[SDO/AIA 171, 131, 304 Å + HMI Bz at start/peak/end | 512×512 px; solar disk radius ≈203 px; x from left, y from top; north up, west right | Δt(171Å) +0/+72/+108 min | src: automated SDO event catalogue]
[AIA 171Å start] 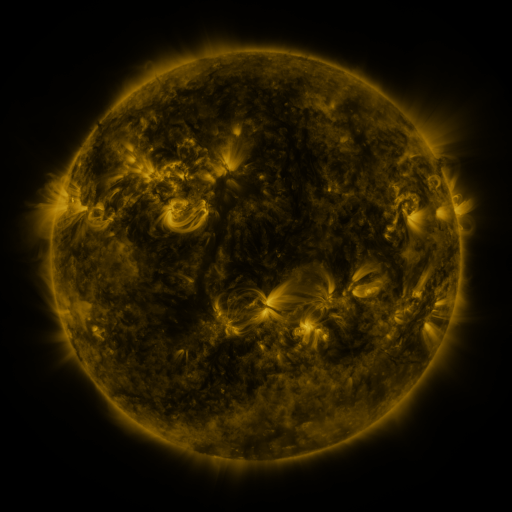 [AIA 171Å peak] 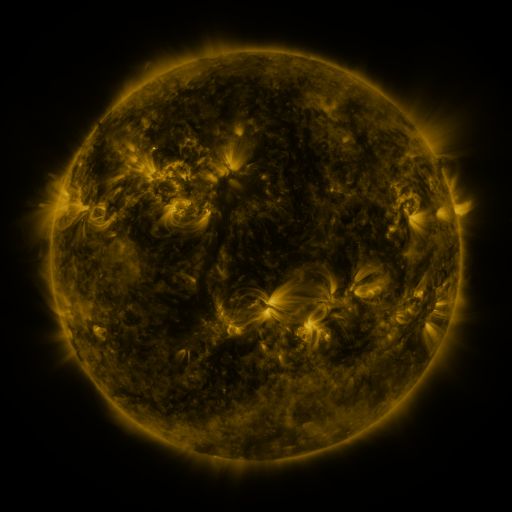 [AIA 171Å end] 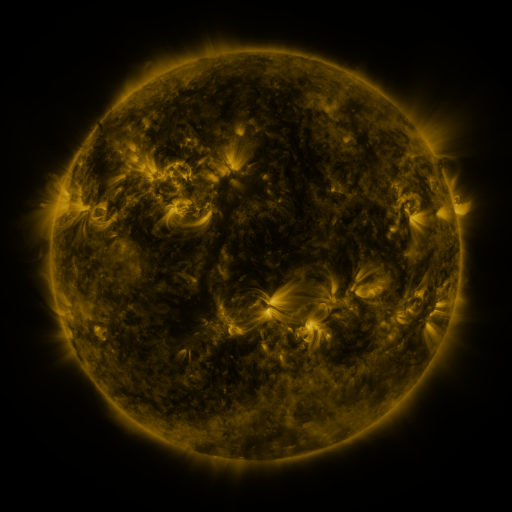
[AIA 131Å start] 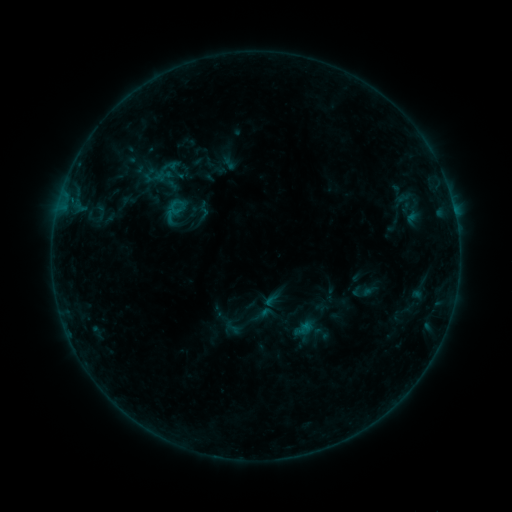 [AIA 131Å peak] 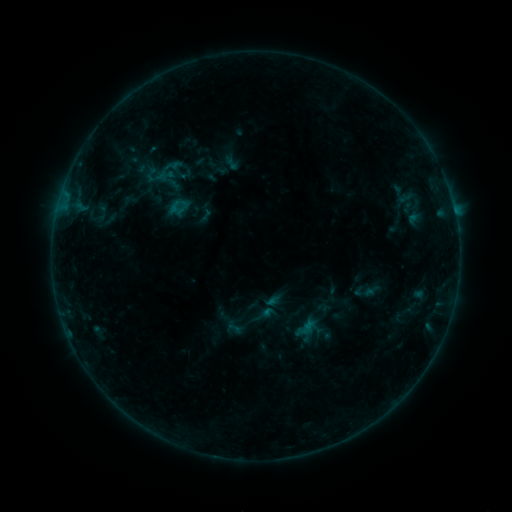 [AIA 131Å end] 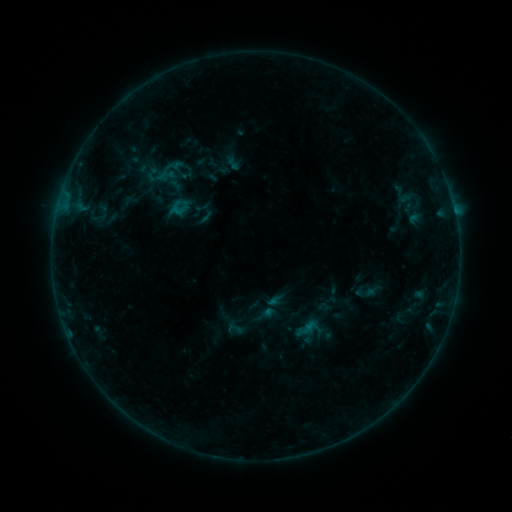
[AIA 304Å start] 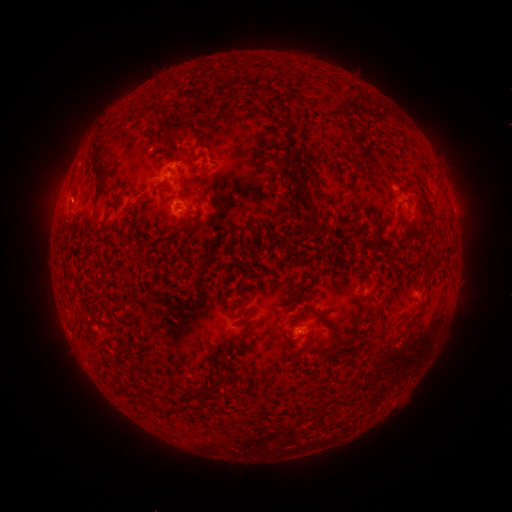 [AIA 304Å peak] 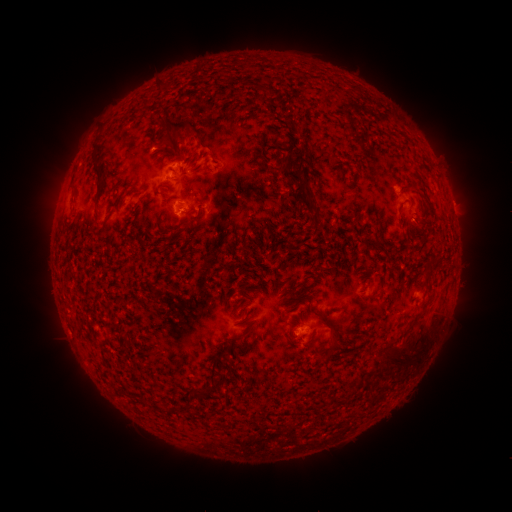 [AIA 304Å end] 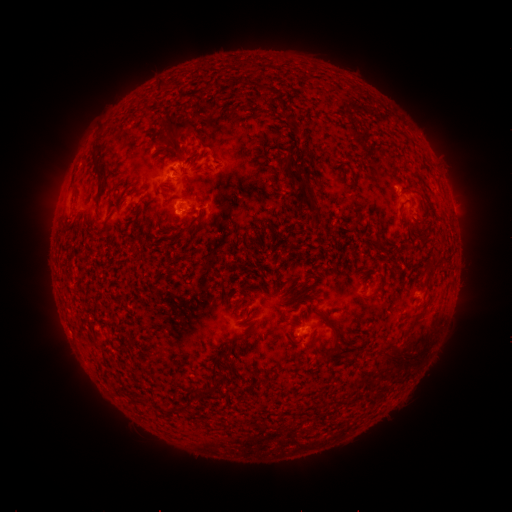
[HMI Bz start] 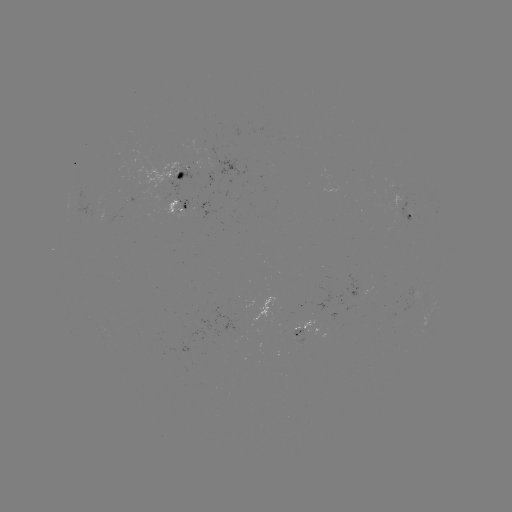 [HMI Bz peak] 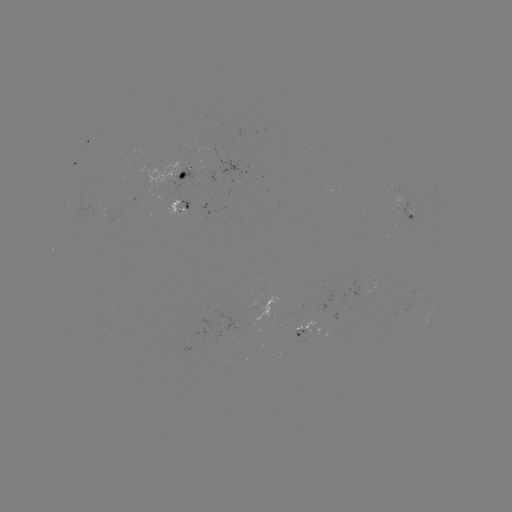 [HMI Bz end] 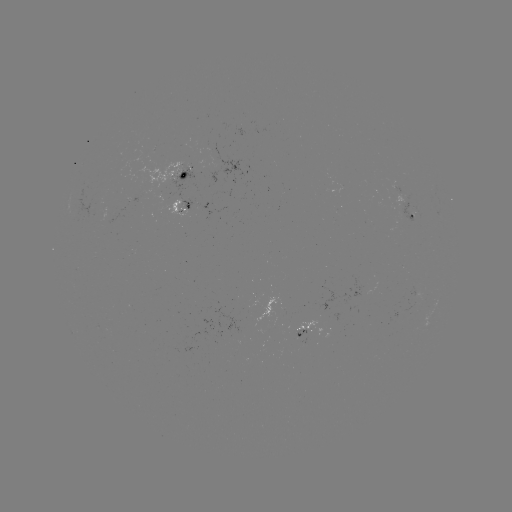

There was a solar emerging-flux region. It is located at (398, 314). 